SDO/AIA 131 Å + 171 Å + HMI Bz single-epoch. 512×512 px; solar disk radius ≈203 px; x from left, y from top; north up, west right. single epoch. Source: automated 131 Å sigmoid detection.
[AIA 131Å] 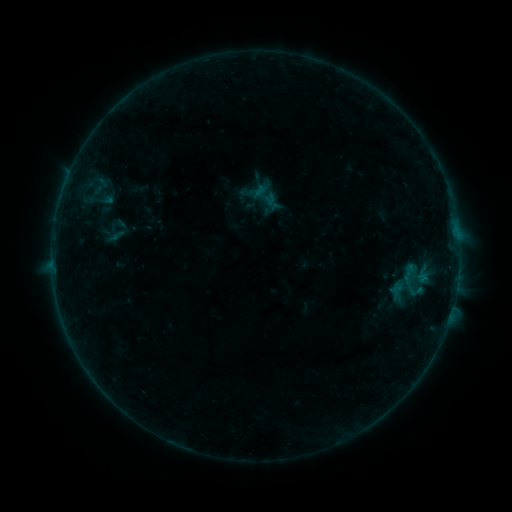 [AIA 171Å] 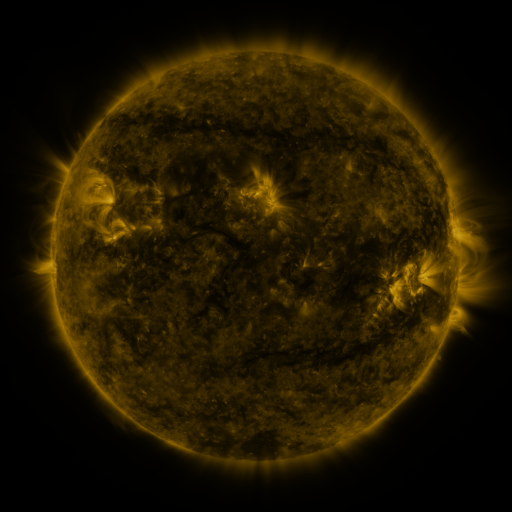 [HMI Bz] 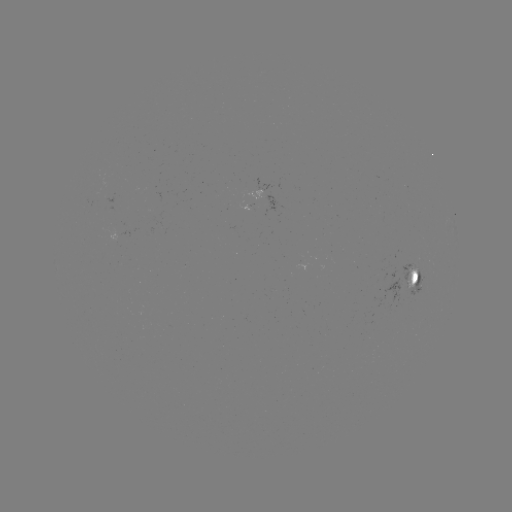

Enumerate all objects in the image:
sigmoid: [250, 181, 278, 208]
sigmoid: [395, 261, 423, 290]
